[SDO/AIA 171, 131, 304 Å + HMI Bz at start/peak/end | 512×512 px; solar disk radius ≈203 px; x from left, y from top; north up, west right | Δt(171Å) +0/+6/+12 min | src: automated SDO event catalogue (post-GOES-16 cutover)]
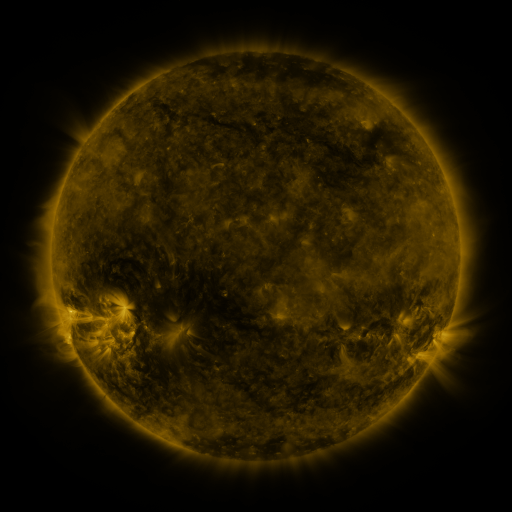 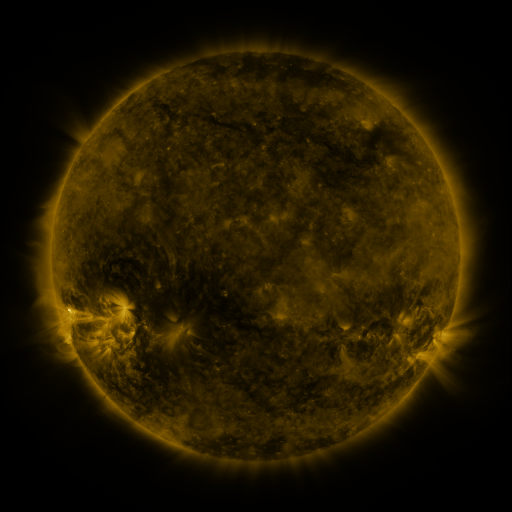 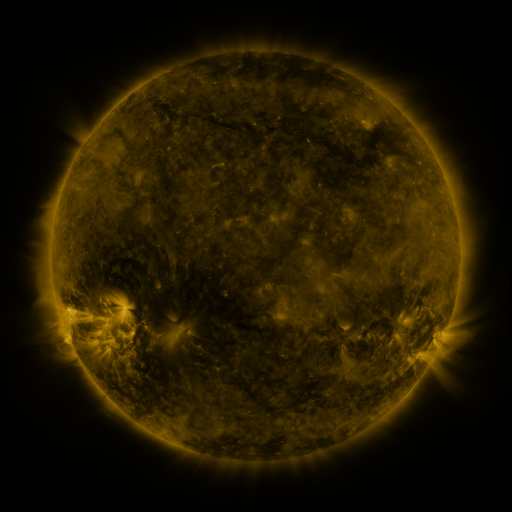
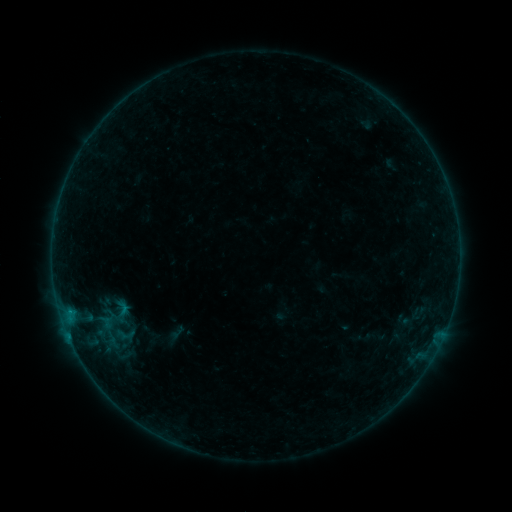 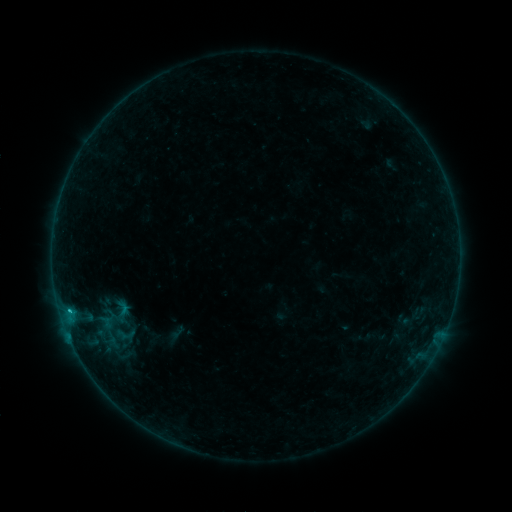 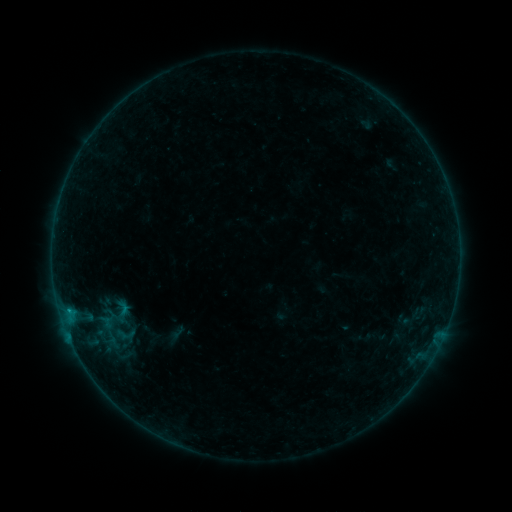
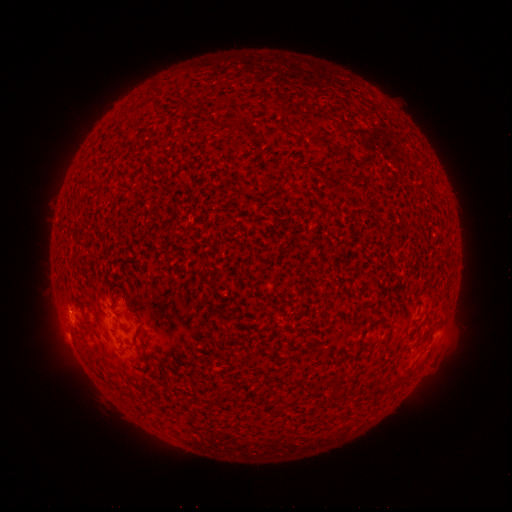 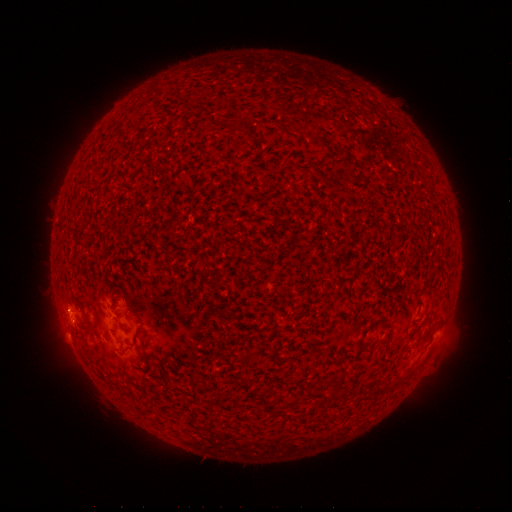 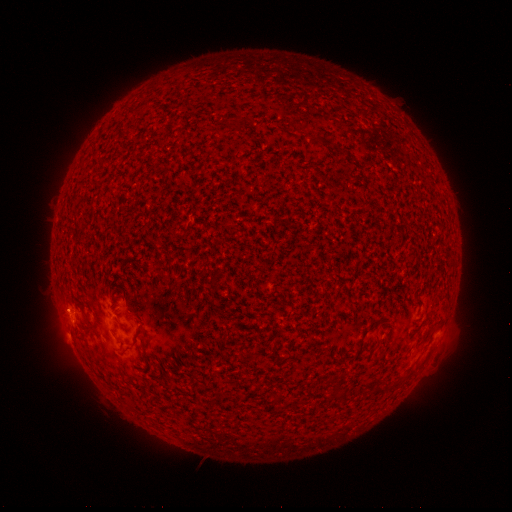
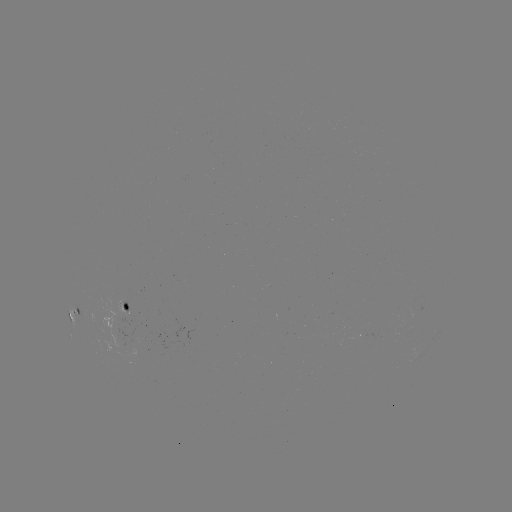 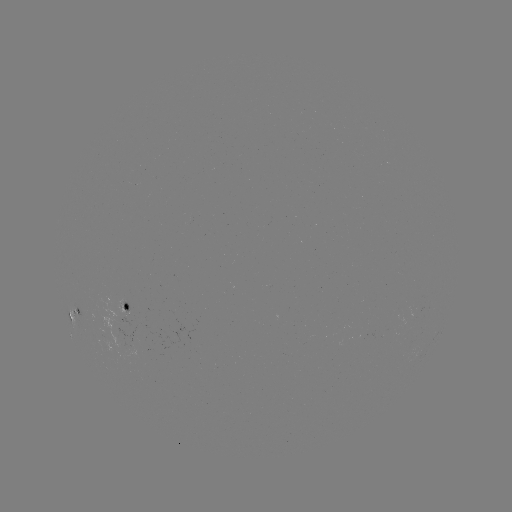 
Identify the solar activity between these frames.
B6.1 flare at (69, 309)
